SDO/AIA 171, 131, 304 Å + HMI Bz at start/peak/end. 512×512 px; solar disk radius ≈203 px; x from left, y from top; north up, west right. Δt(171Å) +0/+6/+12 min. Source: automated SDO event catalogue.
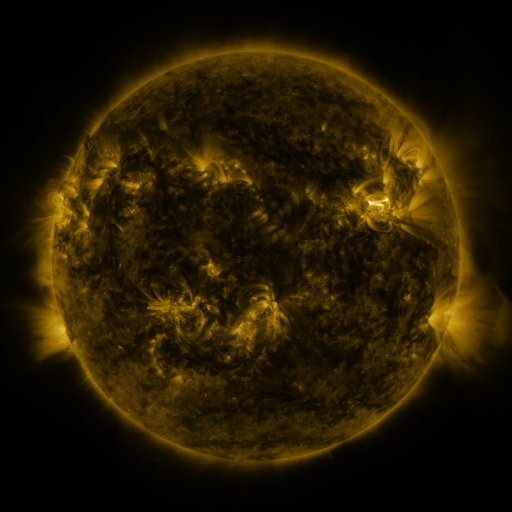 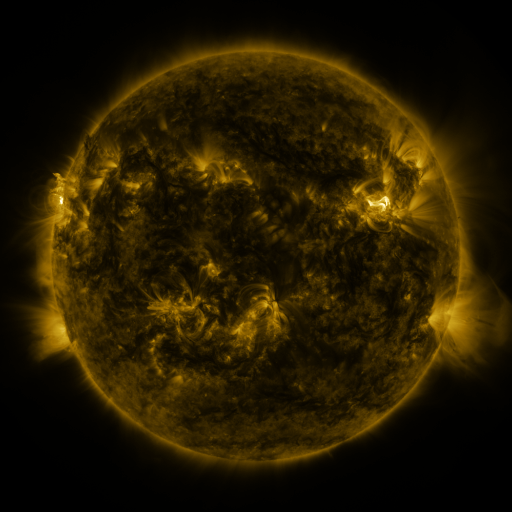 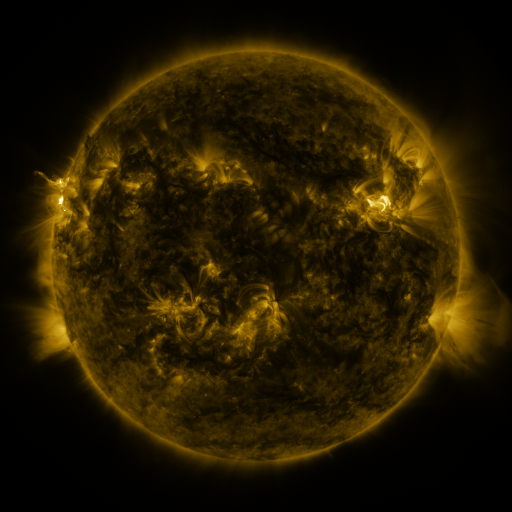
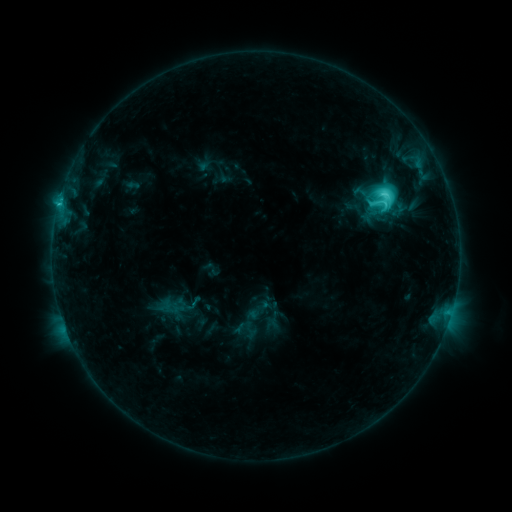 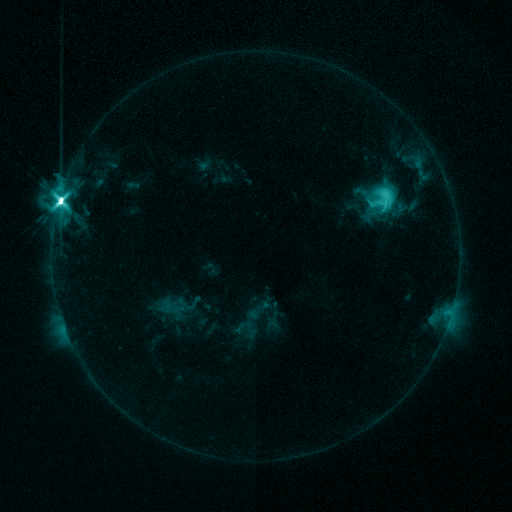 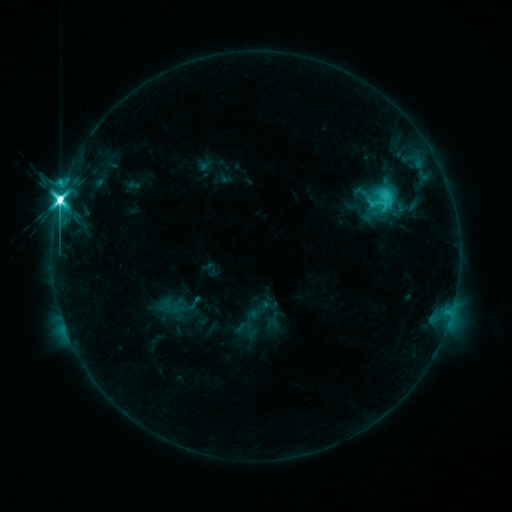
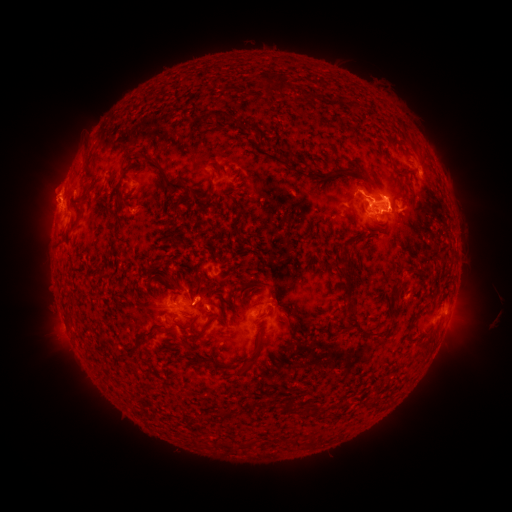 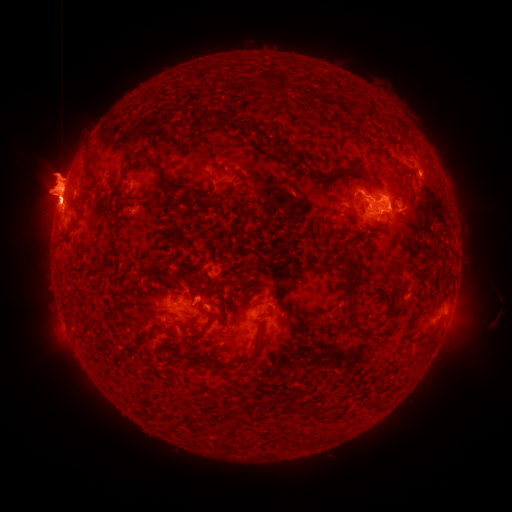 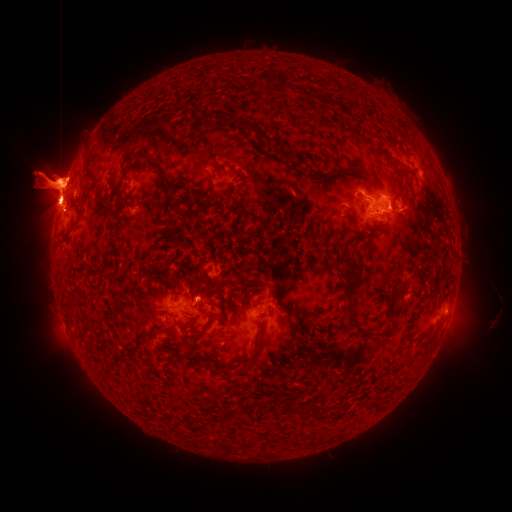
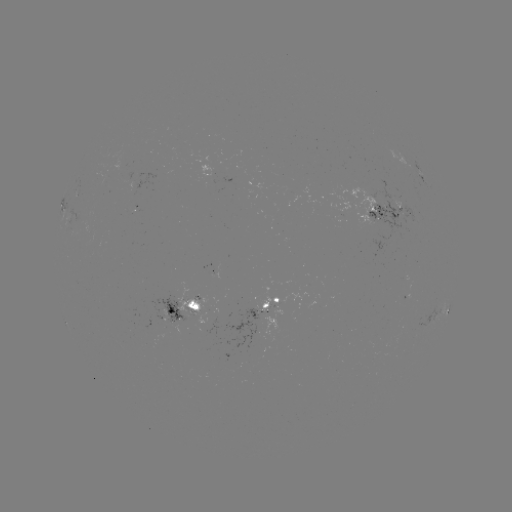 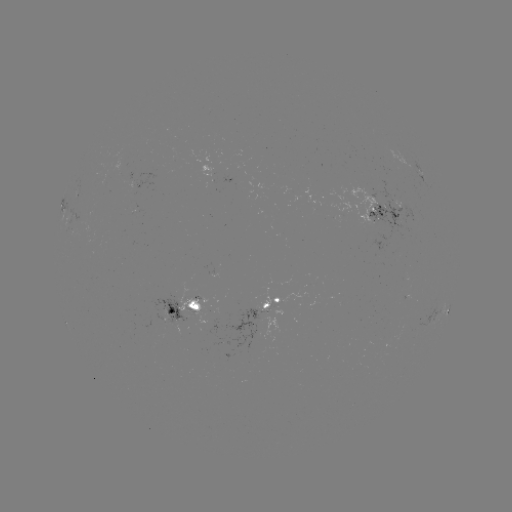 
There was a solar eruption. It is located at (154, 194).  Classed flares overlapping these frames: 1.